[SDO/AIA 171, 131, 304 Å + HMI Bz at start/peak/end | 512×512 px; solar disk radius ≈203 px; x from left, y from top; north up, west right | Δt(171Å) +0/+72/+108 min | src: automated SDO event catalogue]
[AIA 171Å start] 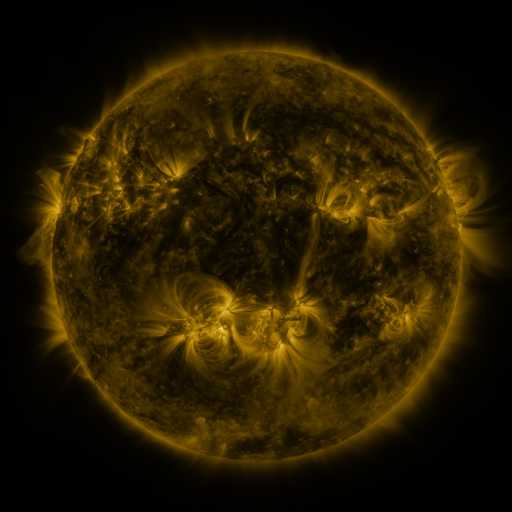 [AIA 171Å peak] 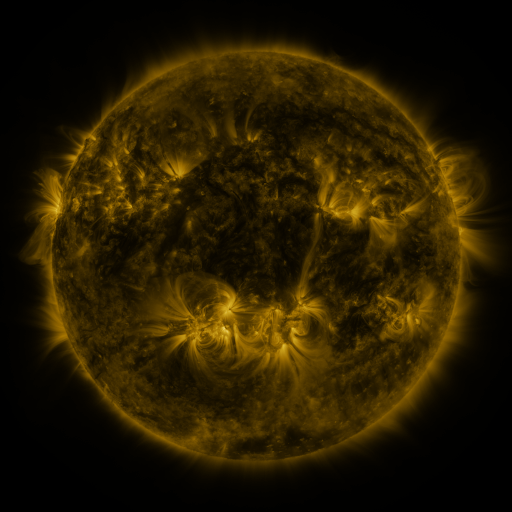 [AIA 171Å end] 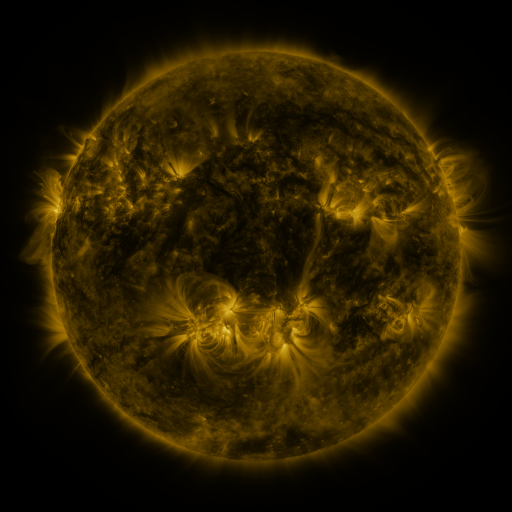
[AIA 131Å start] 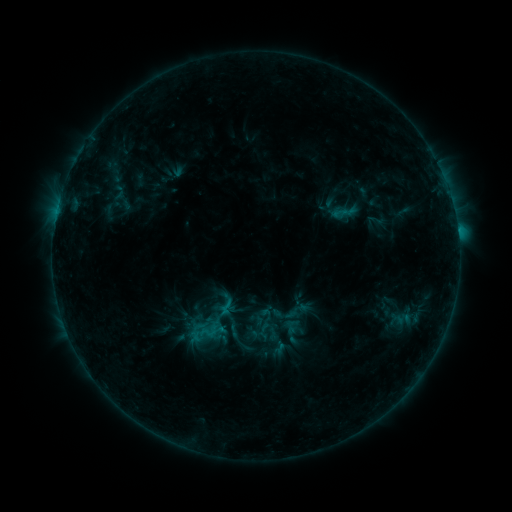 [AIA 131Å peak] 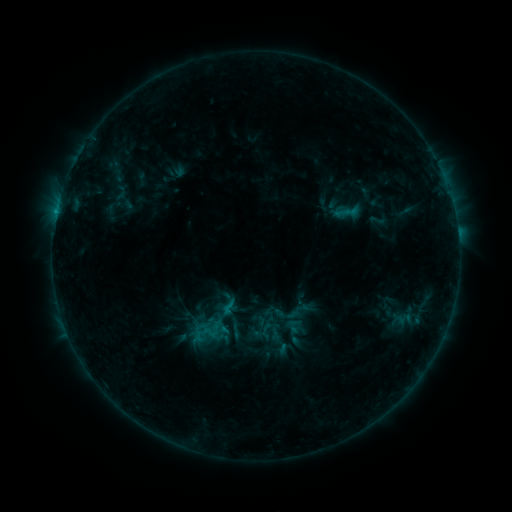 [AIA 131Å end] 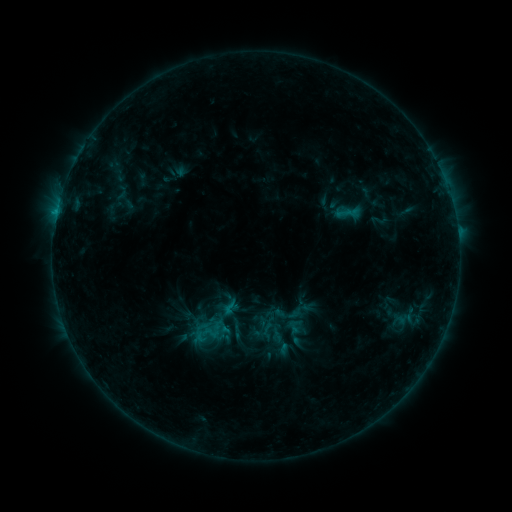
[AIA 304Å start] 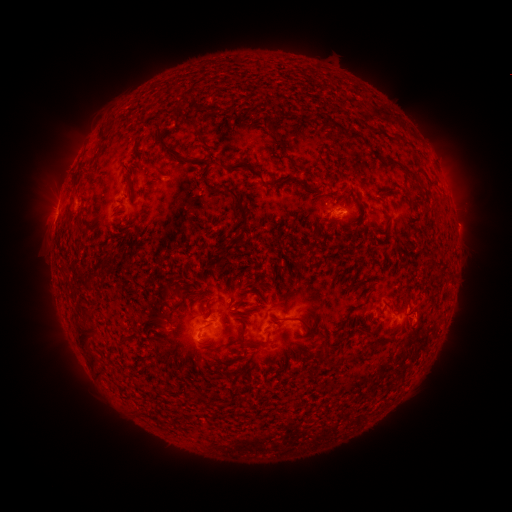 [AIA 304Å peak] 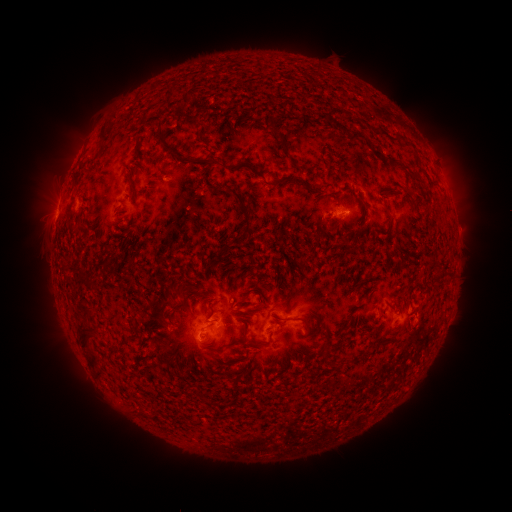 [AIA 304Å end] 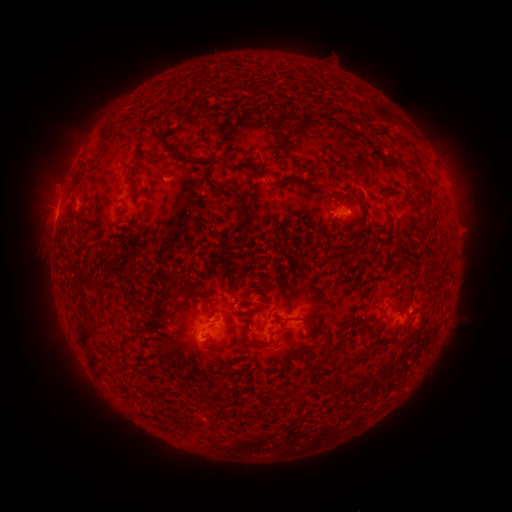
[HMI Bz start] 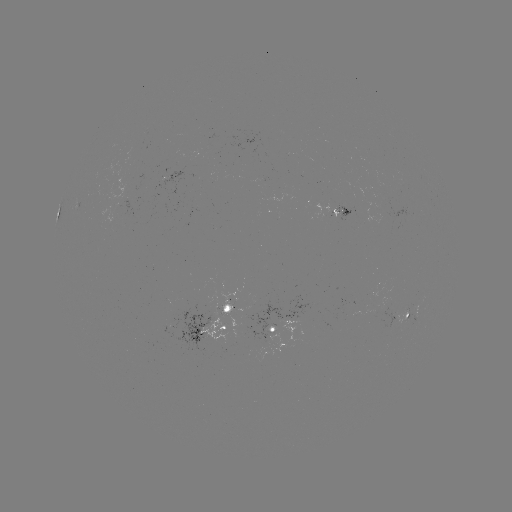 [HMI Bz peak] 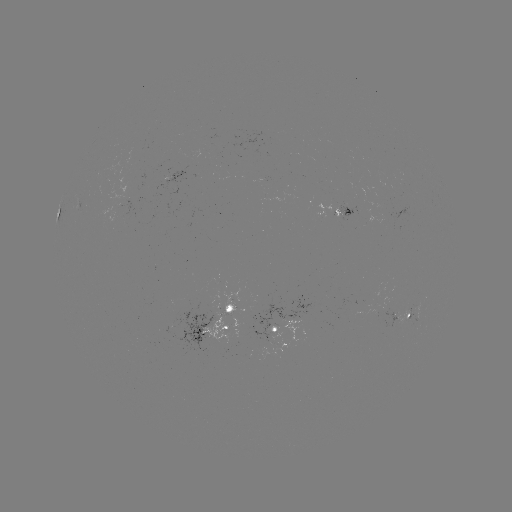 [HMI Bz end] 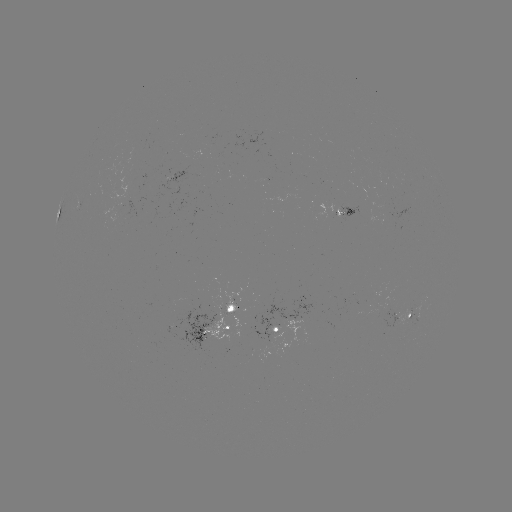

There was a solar emerging-flux region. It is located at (386, 311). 